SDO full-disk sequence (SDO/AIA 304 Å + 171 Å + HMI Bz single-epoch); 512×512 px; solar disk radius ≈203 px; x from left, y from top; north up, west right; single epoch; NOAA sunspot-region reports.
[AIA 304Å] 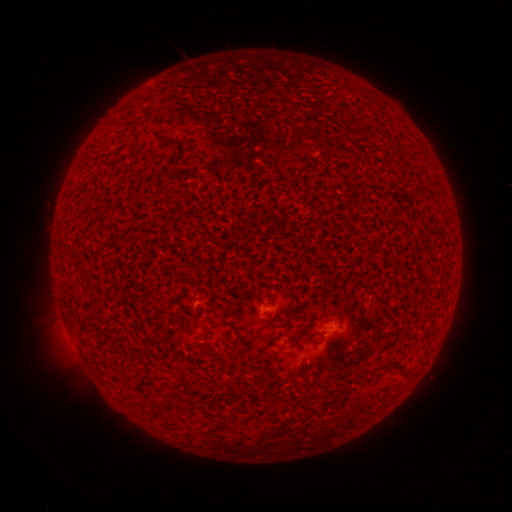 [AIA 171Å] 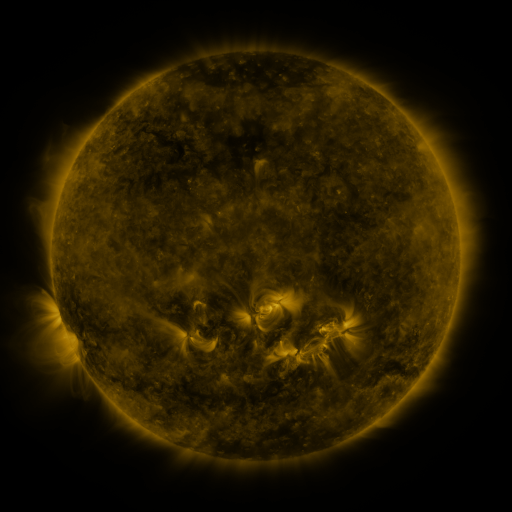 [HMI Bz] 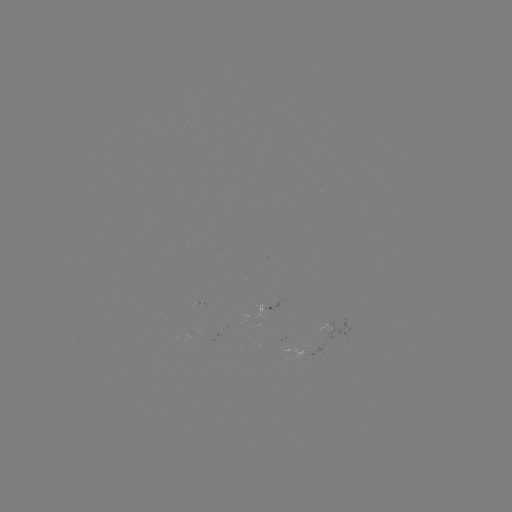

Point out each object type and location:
(none)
